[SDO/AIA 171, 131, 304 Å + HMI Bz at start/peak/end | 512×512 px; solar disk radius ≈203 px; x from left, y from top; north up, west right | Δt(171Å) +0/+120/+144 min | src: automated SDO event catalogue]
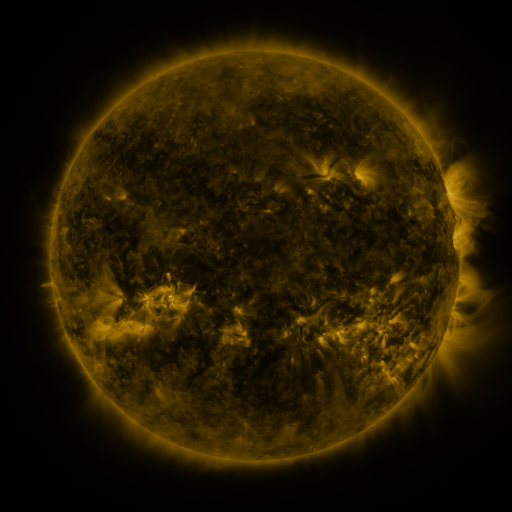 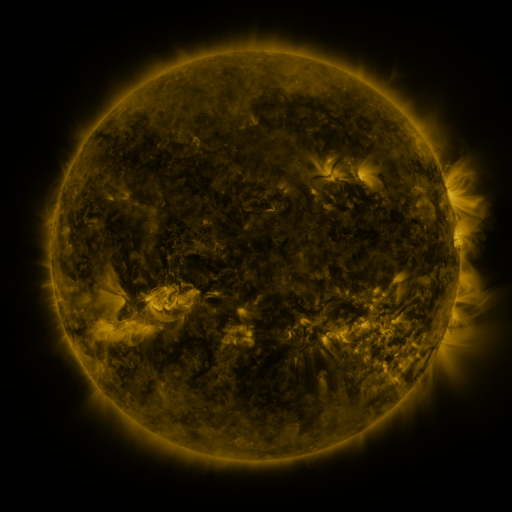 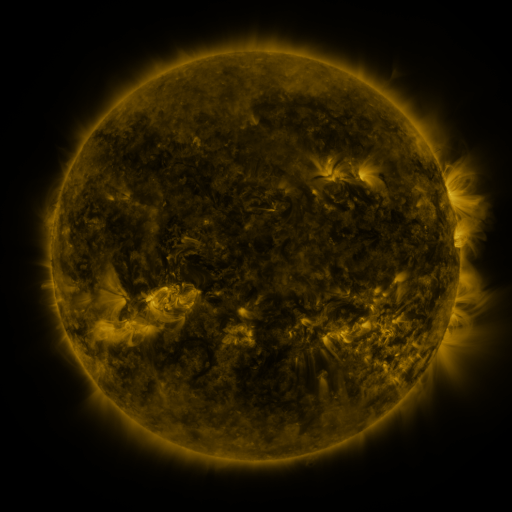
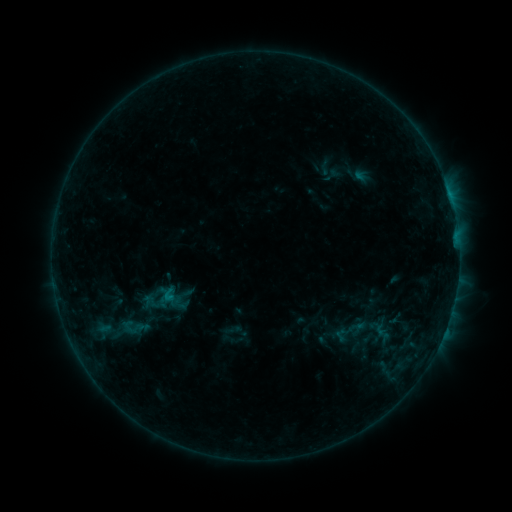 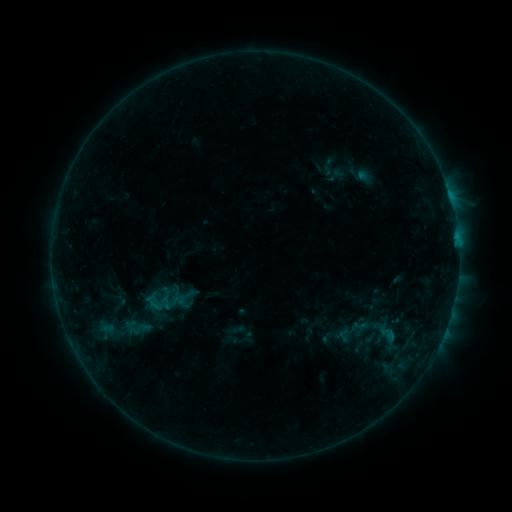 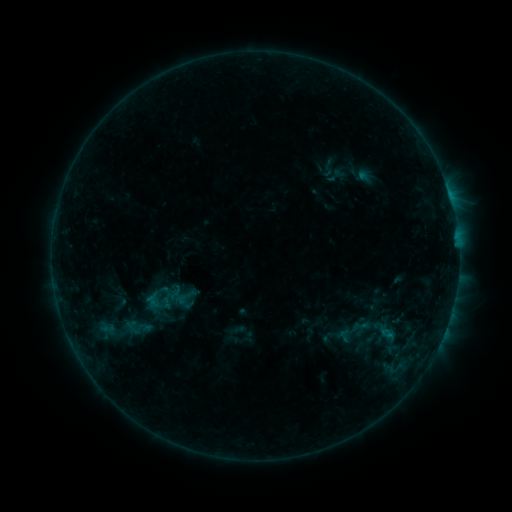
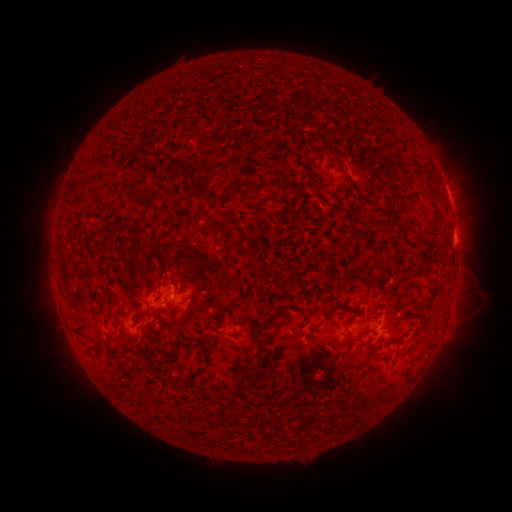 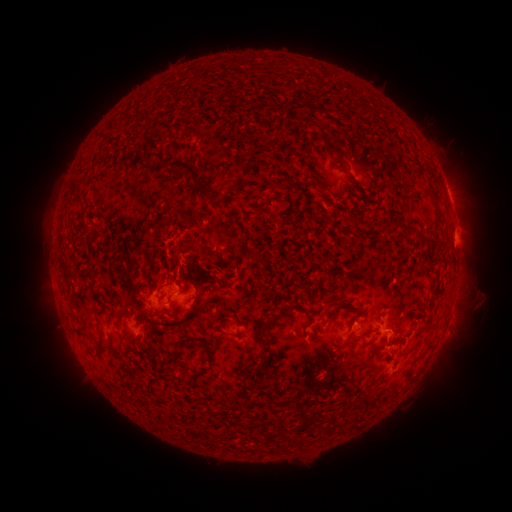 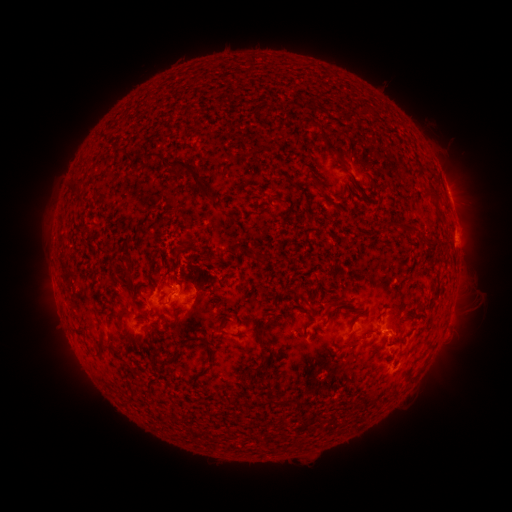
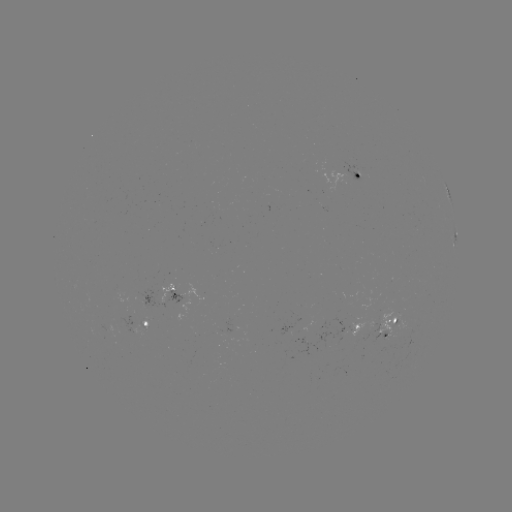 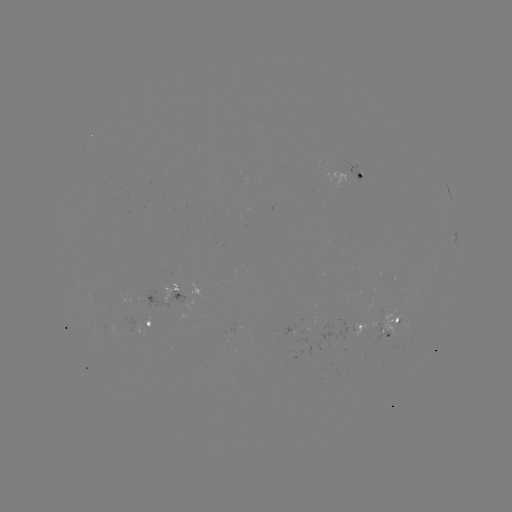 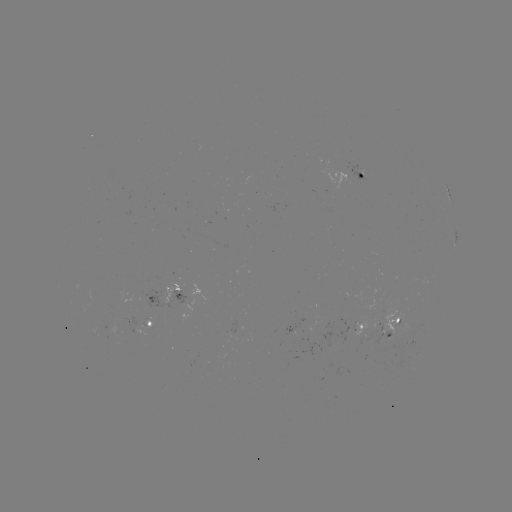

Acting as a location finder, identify emerging-flux region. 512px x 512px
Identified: [144, 325].